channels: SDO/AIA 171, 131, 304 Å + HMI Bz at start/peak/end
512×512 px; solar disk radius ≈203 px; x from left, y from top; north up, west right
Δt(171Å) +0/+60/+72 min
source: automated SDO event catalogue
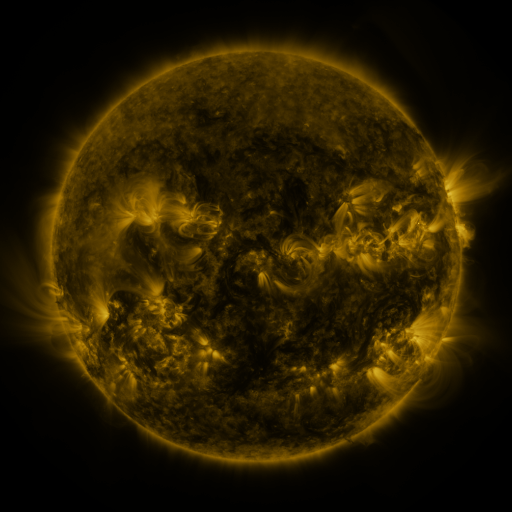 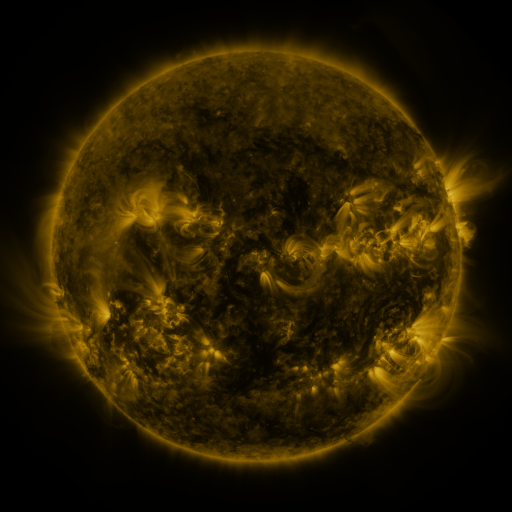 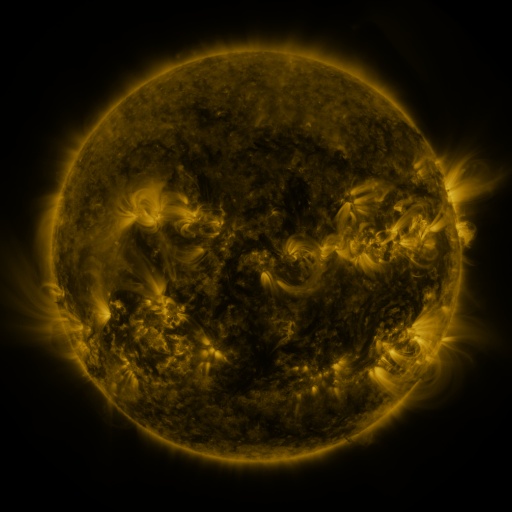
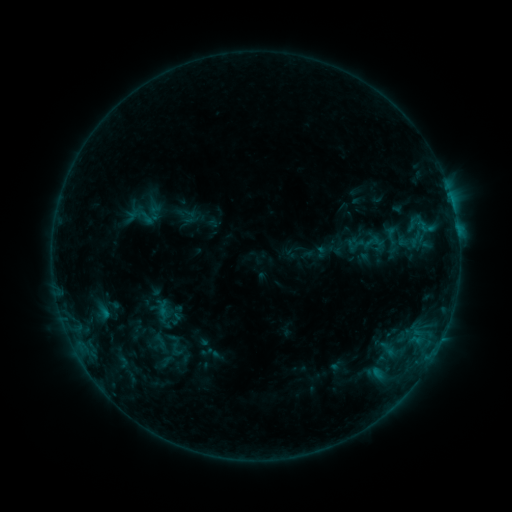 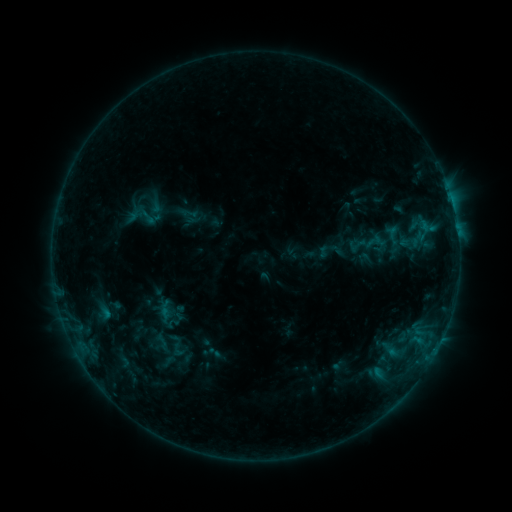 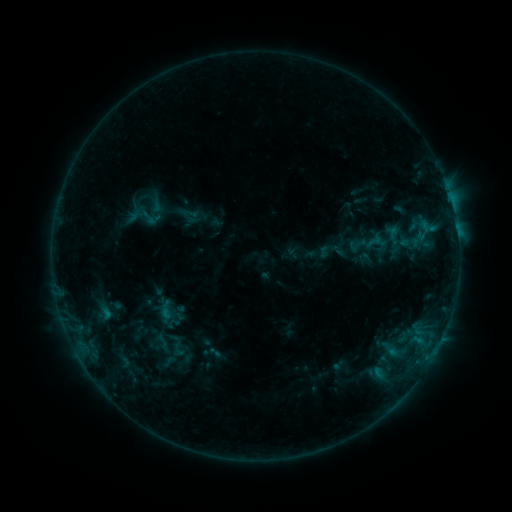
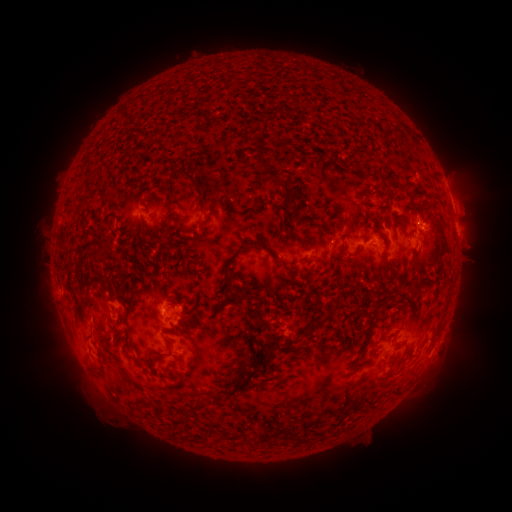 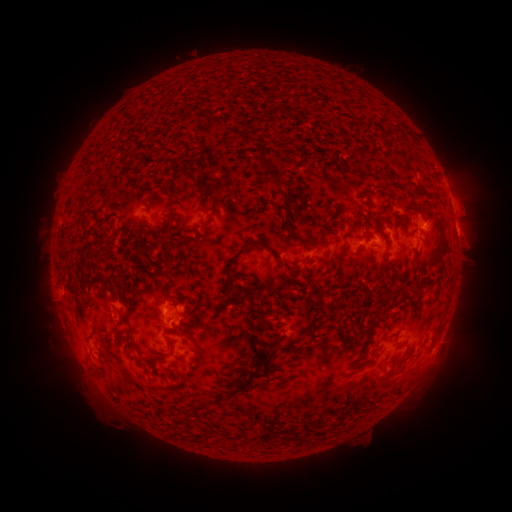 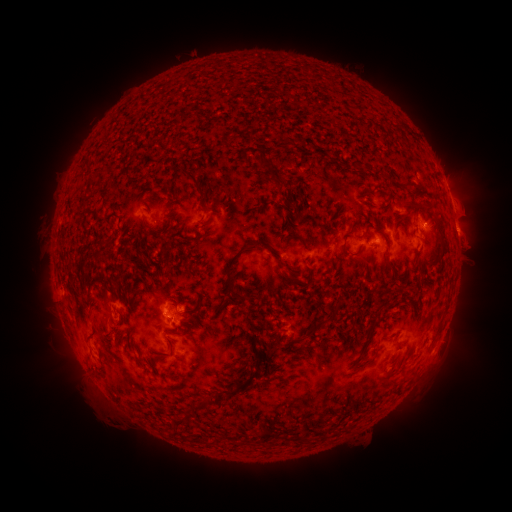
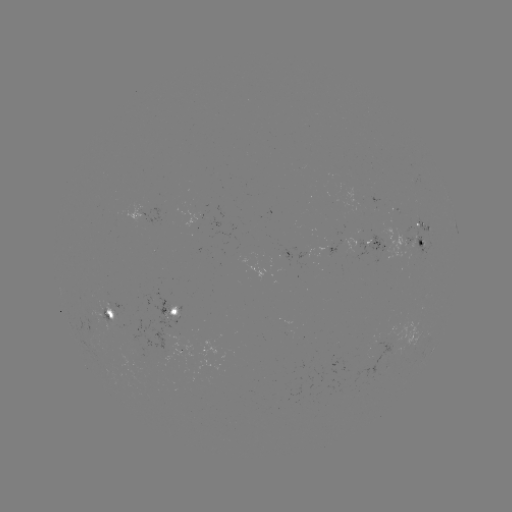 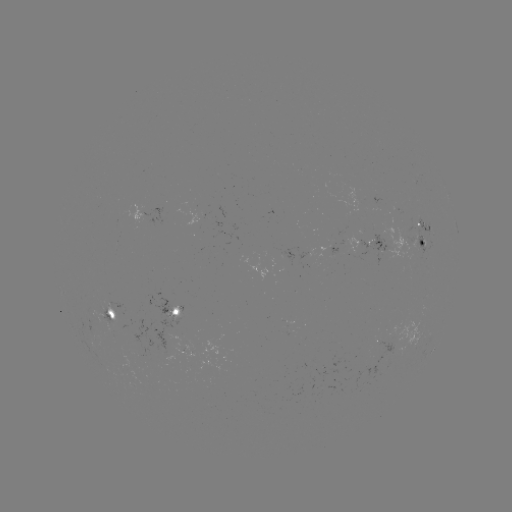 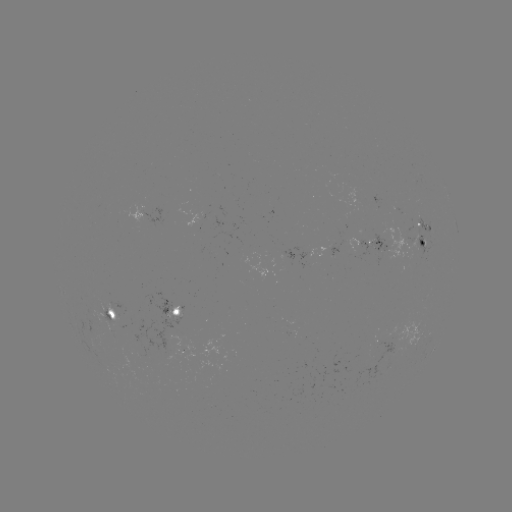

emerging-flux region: [169, 303, 182, 315]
